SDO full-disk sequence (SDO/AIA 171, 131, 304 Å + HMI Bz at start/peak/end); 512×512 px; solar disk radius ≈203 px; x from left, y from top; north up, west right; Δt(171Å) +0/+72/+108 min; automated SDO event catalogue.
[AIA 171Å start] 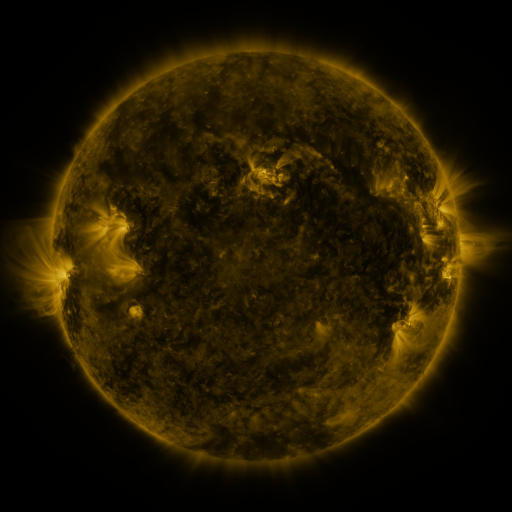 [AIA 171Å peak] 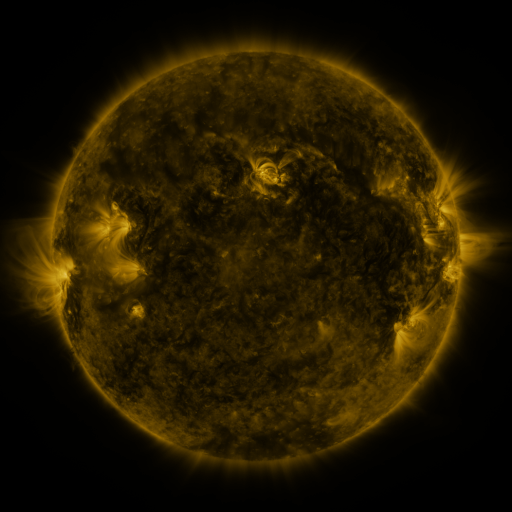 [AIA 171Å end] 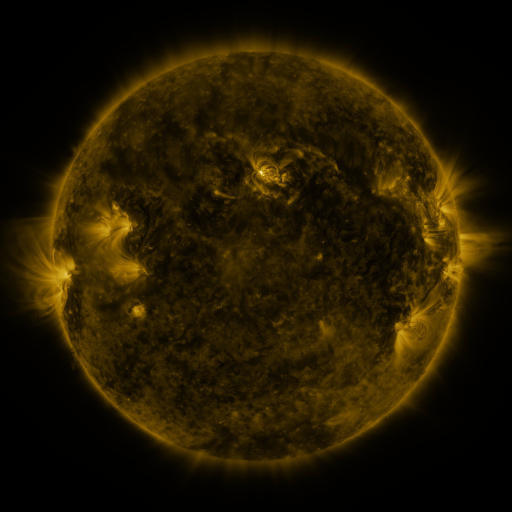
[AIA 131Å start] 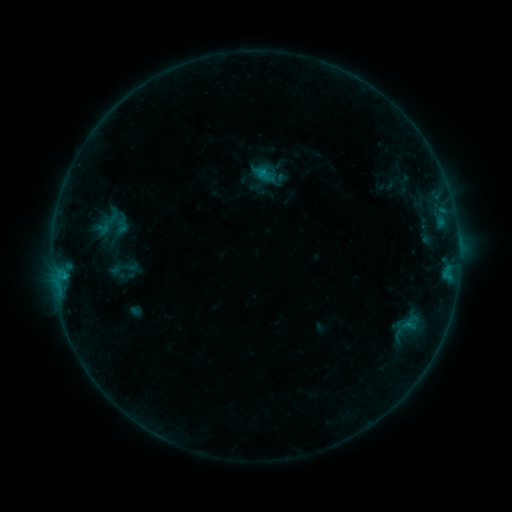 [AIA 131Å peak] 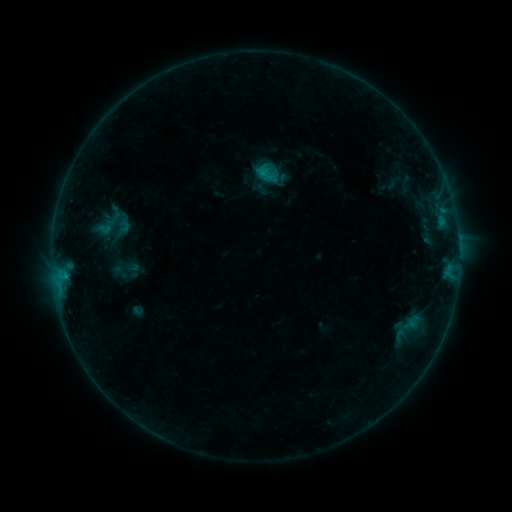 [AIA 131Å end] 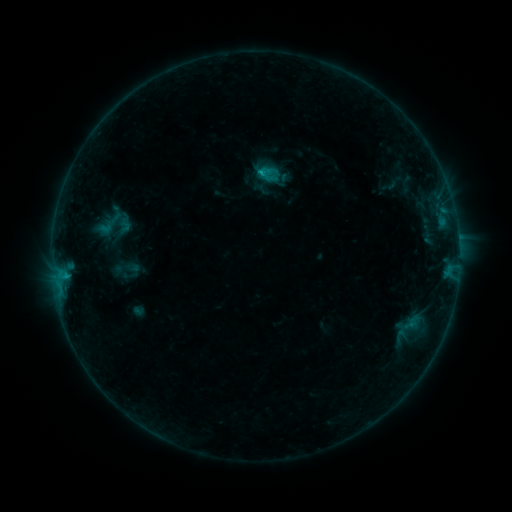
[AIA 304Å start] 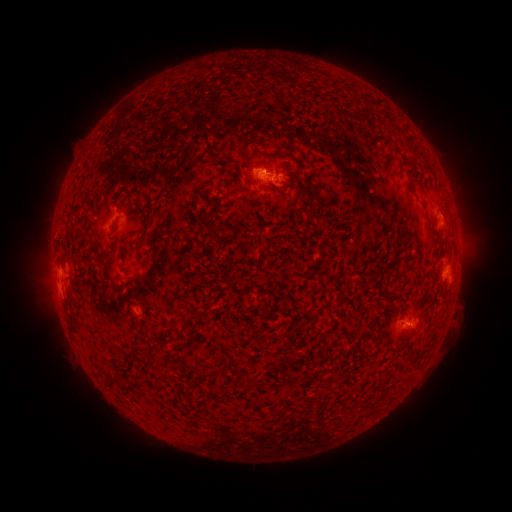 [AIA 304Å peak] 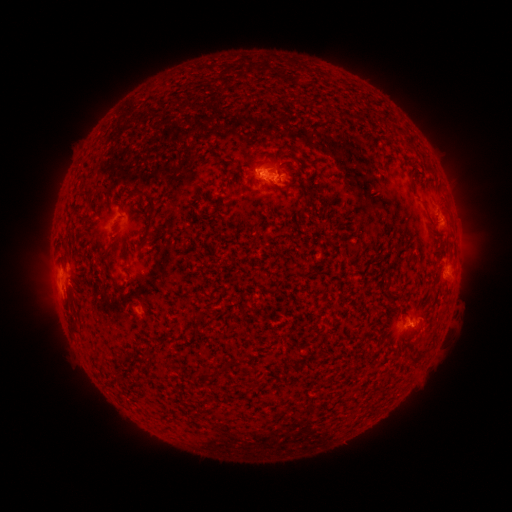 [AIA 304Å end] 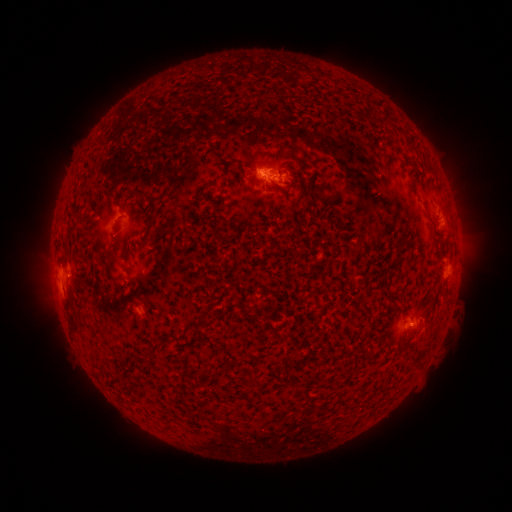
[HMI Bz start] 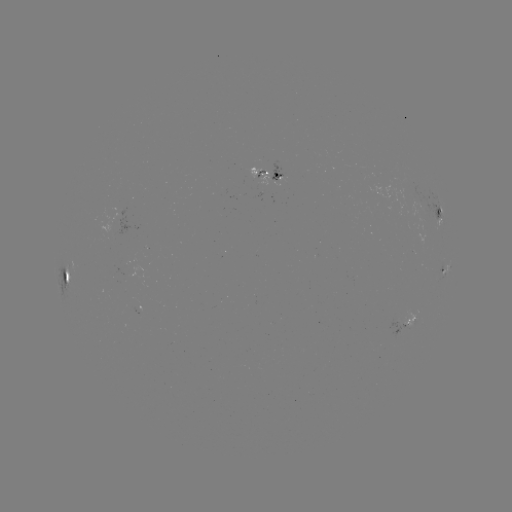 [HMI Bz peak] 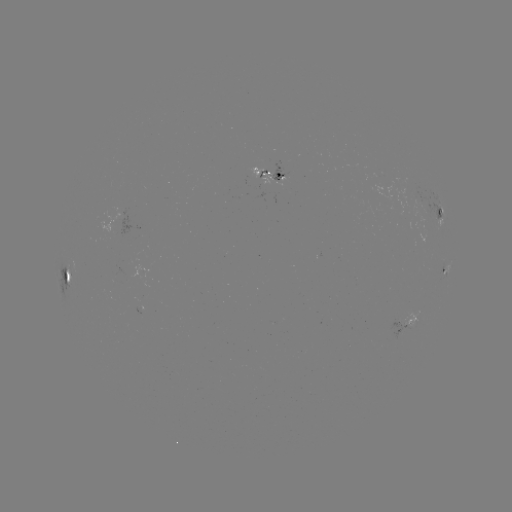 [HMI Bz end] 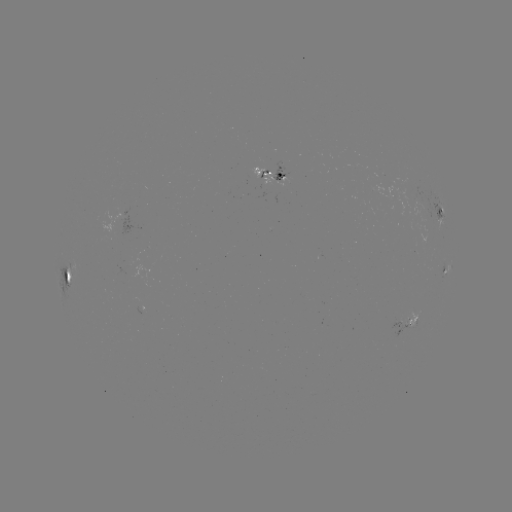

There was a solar emerging-flux region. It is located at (400, 326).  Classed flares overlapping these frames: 1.